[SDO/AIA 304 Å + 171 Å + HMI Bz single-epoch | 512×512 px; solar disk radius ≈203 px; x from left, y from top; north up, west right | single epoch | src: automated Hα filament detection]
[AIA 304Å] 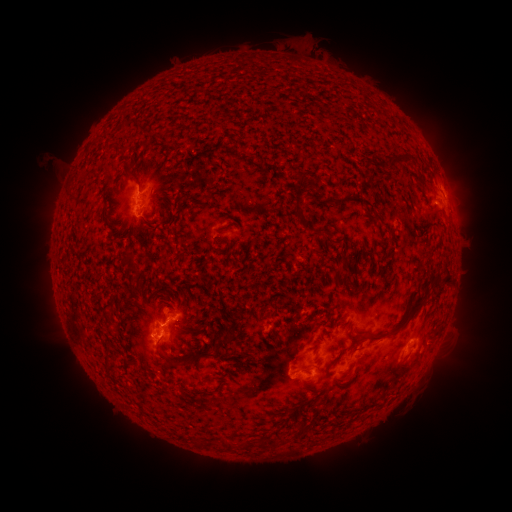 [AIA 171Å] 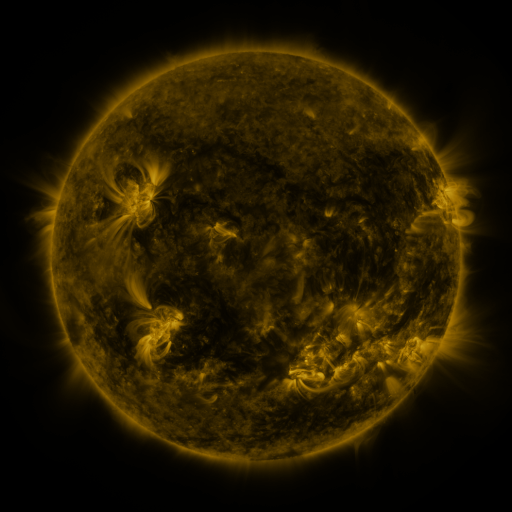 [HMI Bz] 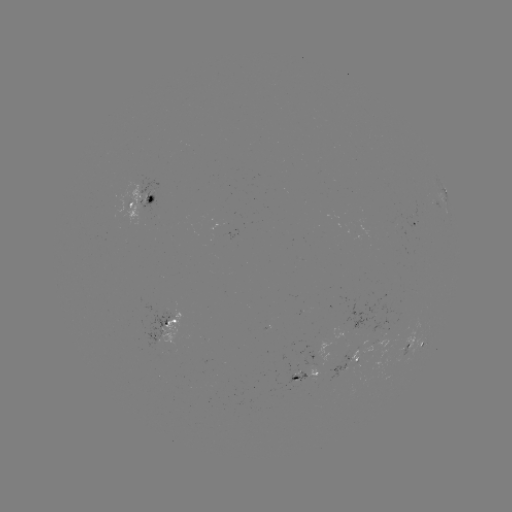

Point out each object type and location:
filament: (386, 151, 412, 167)
filament: (127, 172, 137, 184)
filament: (291, 194, 303, 218)
filament: (145, 196, 153, 206)
filament: (372, 210, 385, 223)
filament: (442, 263, 452, 280)
filament: (367, 285, 428, 340)
filament: (335, 337, 361, 361)
filament: (174, 344, 219, 369)
filament: (300, 420, 312, 433)
filament: (269, 433, 289, 447)
filament: (226, 439, 238, 450)
